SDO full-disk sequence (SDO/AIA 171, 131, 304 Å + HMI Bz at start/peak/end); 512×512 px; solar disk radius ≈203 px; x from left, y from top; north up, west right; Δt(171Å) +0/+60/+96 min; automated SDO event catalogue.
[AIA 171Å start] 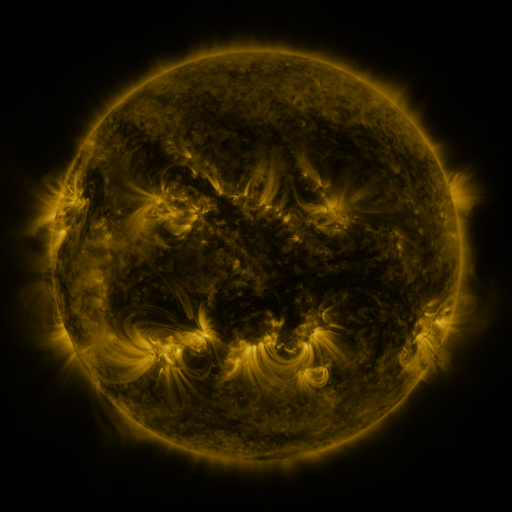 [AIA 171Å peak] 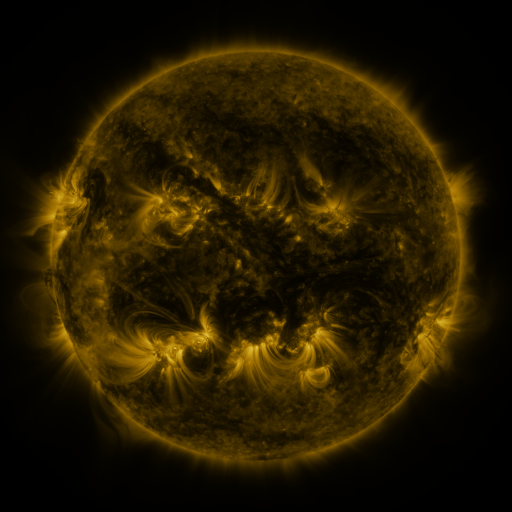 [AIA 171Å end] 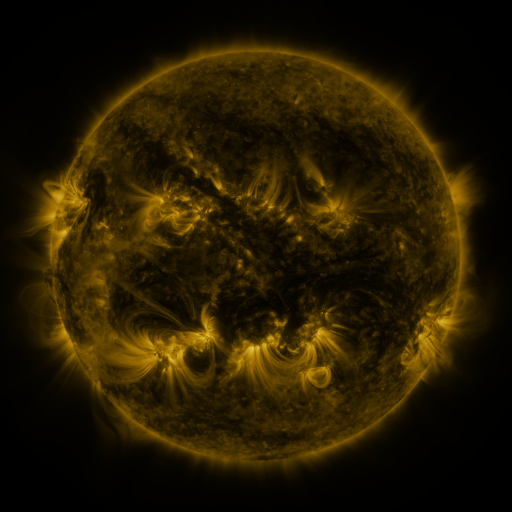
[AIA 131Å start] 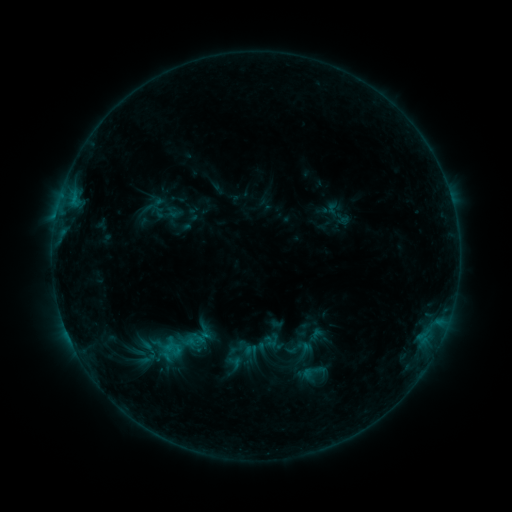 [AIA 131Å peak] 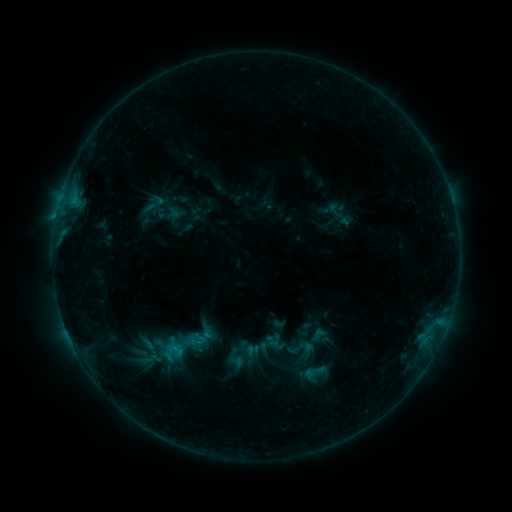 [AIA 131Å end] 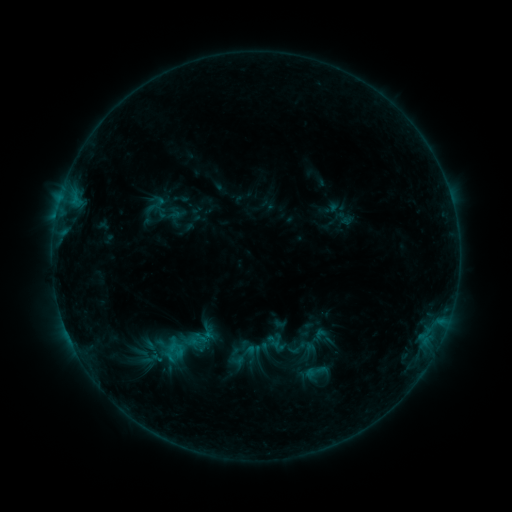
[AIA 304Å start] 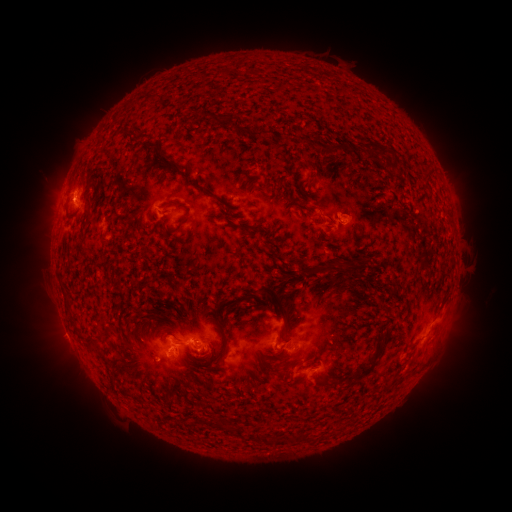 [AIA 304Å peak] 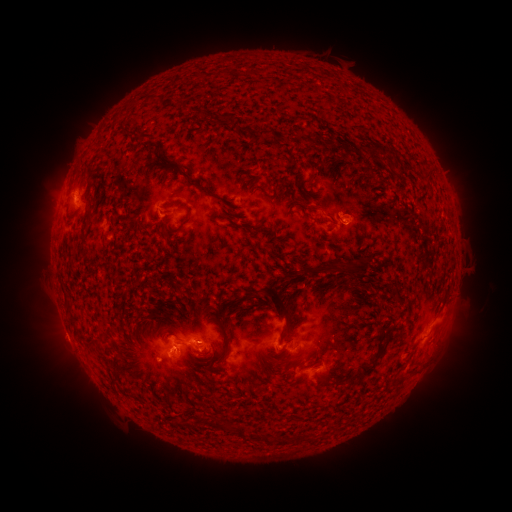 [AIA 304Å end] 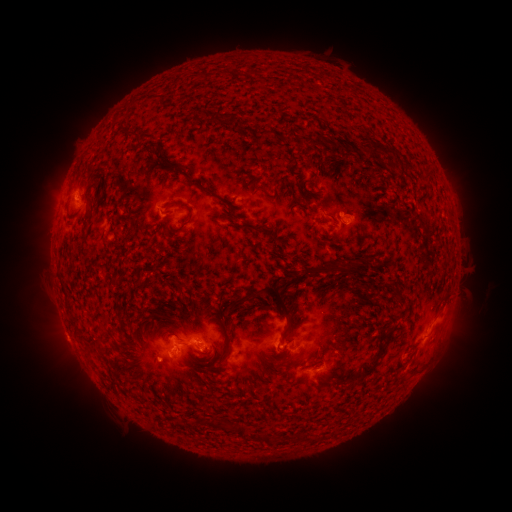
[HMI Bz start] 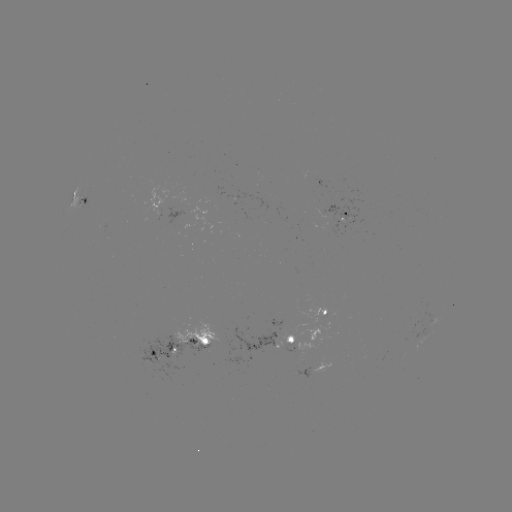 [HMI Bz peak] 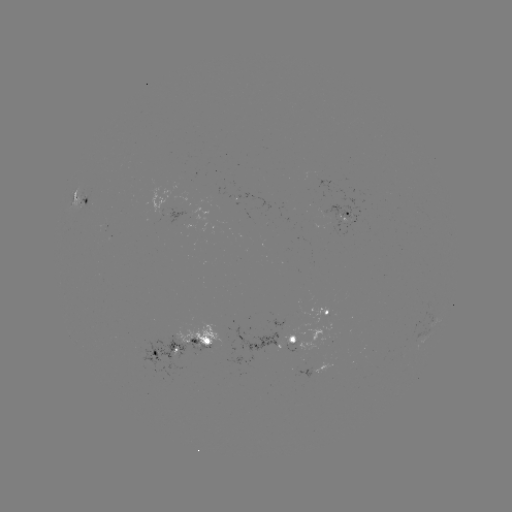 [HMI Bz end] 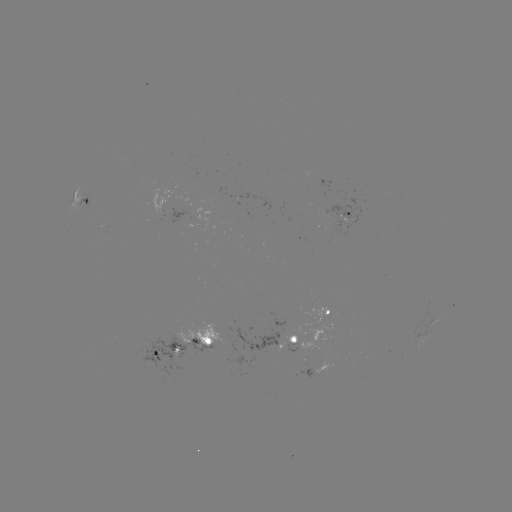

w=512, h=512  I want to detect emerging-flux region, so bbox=[104, 216, 107, 233].